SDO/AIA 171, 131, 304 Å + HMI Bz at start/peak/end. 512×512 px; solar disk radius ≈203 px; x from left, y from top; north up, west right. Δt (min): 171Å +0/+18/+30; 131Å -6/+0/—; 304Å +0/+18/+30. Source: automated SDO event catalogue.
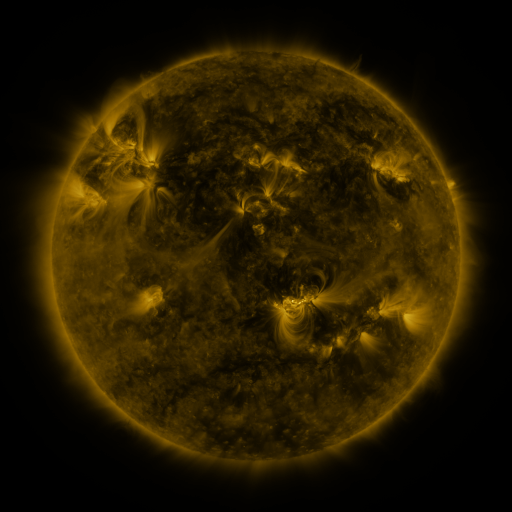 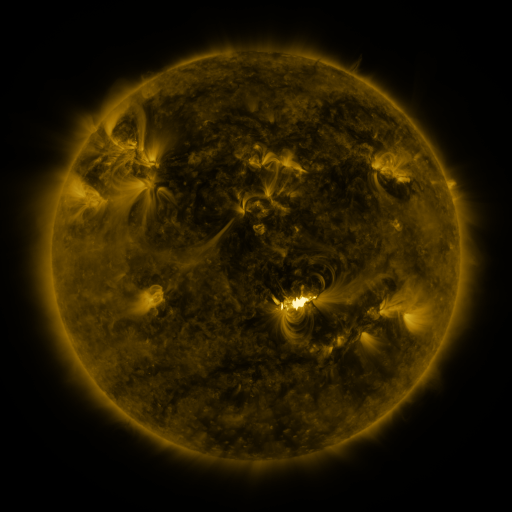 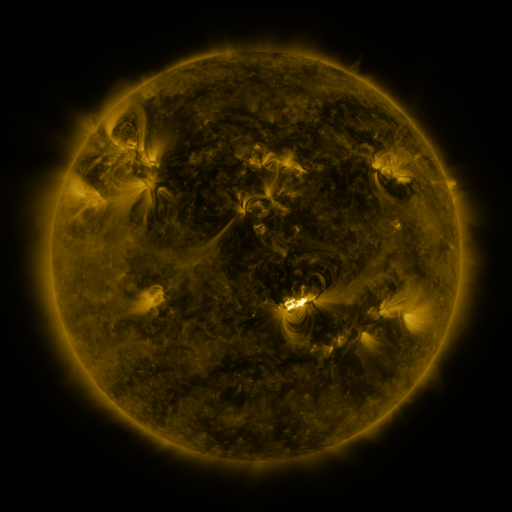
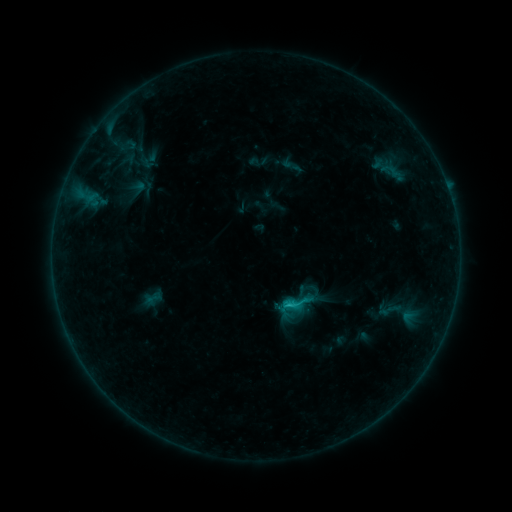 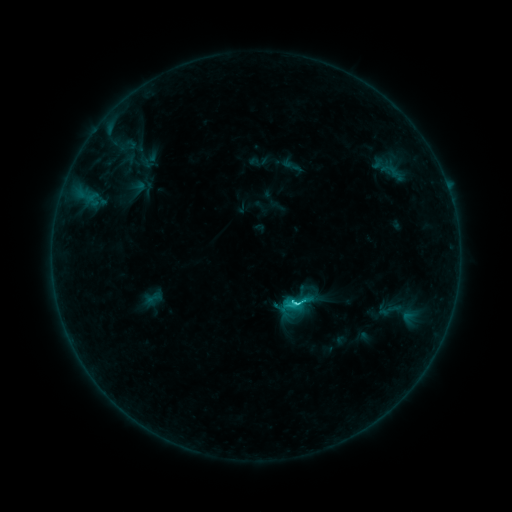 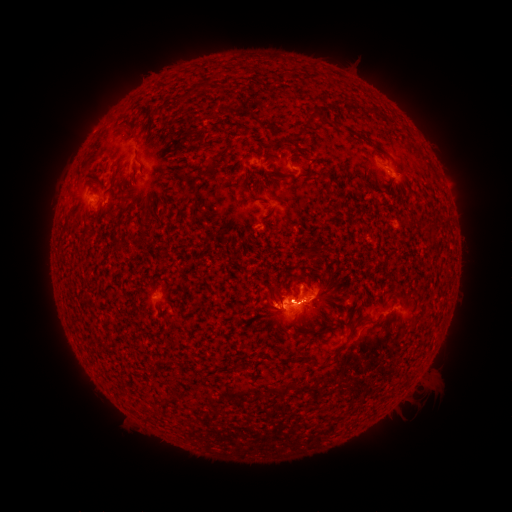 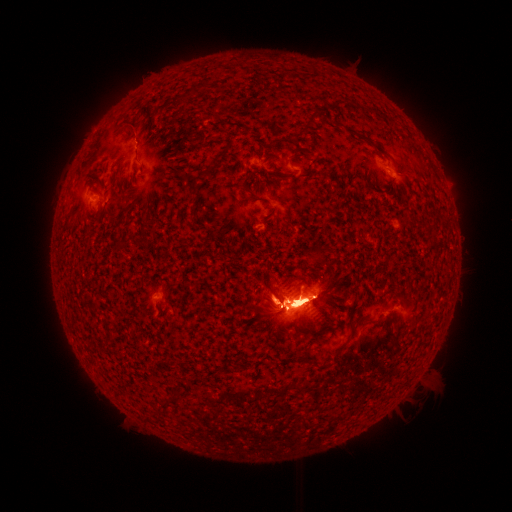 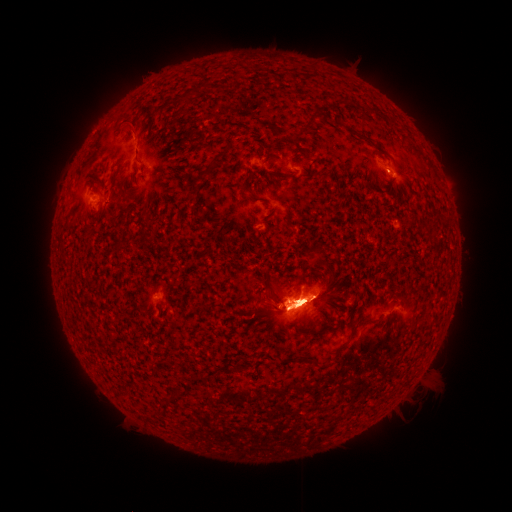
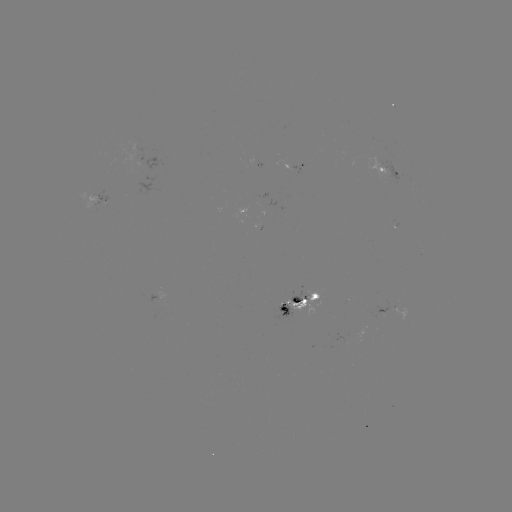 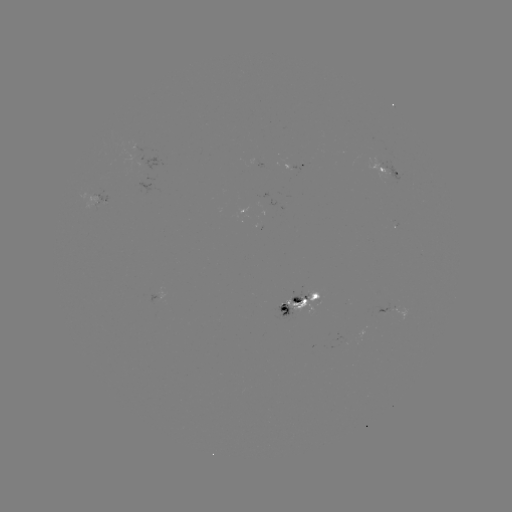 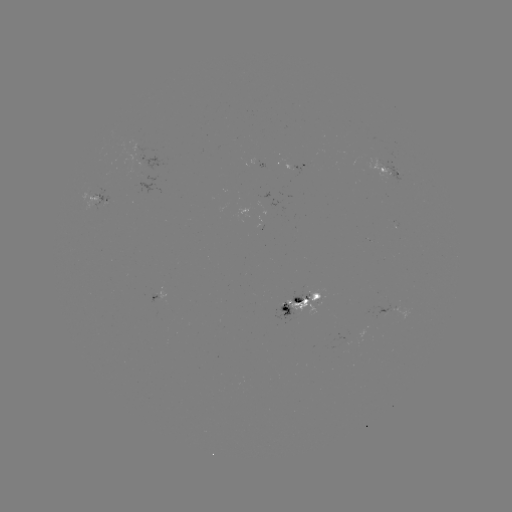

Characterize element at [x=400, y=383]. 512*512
eruption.